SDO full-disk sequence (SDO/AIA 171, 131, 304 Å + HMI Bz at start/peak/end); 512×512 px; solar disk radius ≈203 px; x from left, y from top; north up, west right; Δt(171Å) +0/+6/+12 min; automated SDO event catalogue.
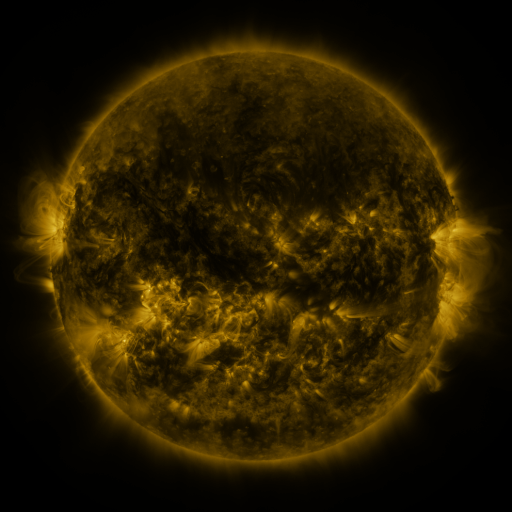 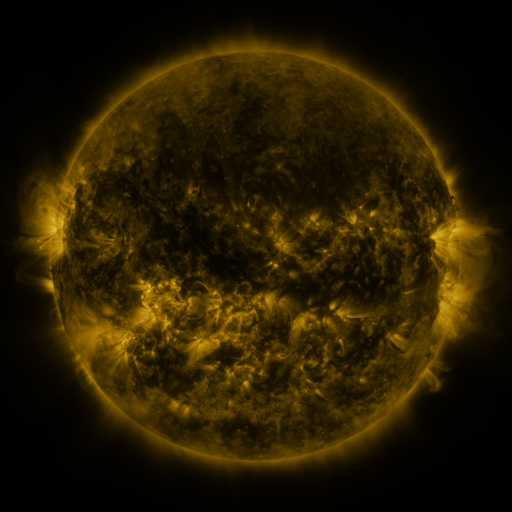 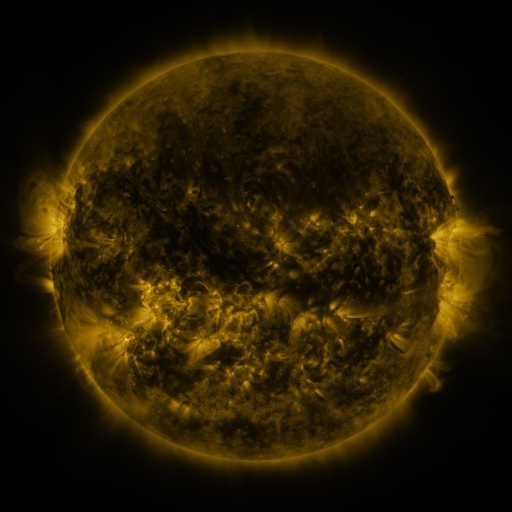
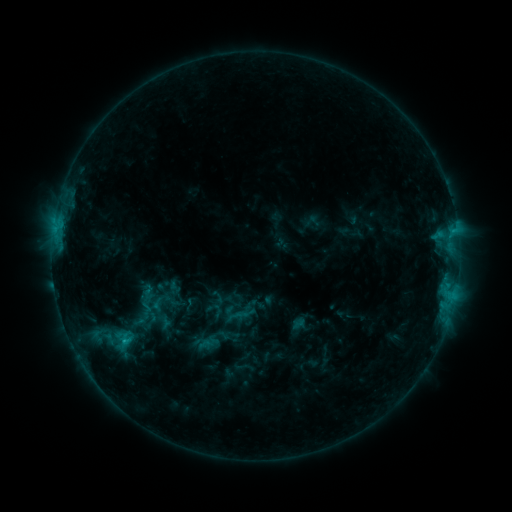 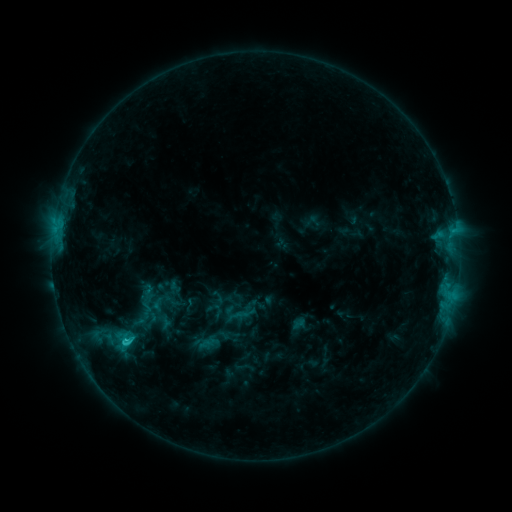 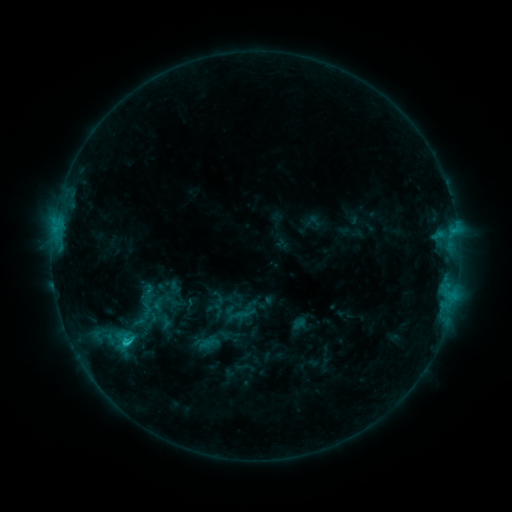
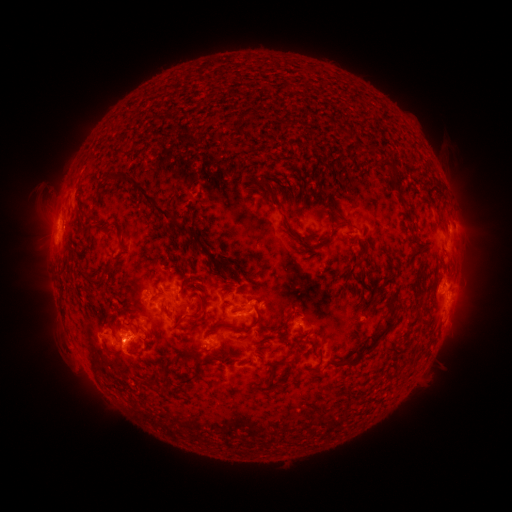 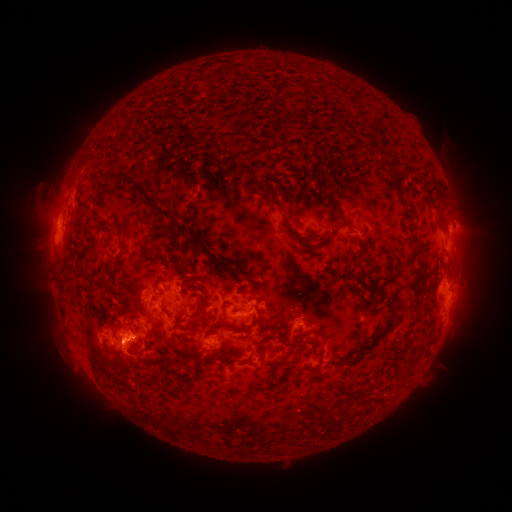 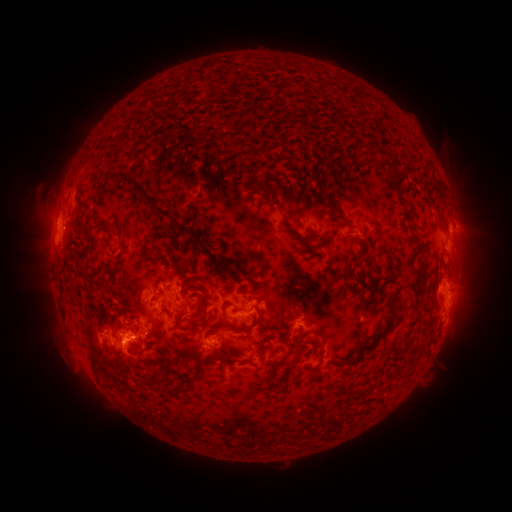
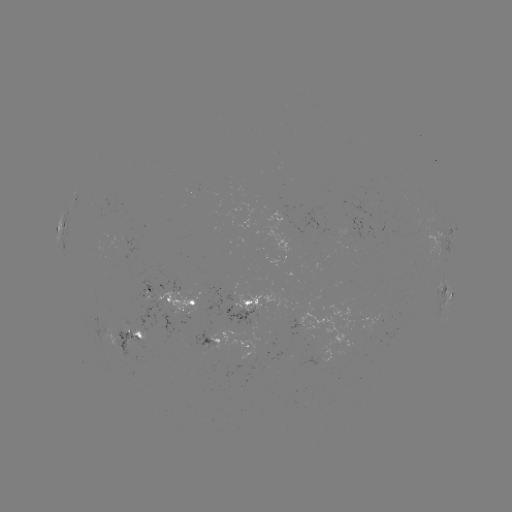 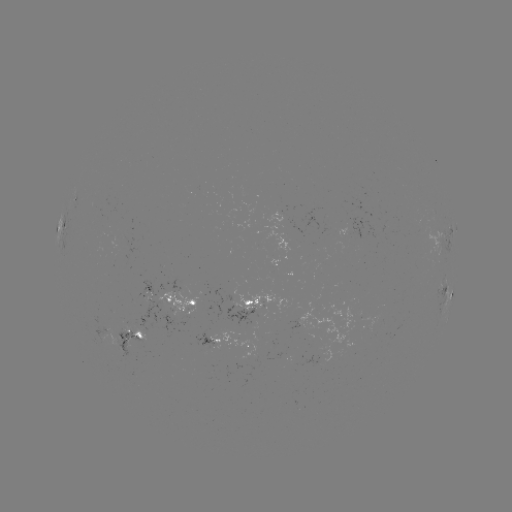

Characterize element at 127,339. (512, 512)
C1.6 flare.